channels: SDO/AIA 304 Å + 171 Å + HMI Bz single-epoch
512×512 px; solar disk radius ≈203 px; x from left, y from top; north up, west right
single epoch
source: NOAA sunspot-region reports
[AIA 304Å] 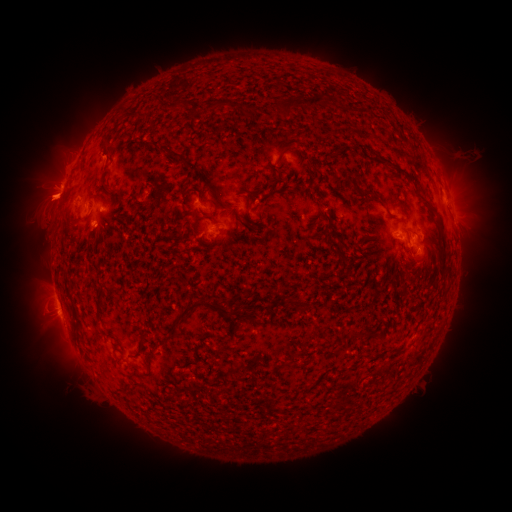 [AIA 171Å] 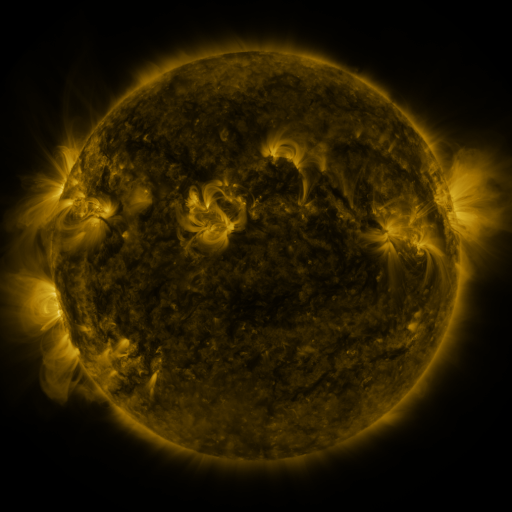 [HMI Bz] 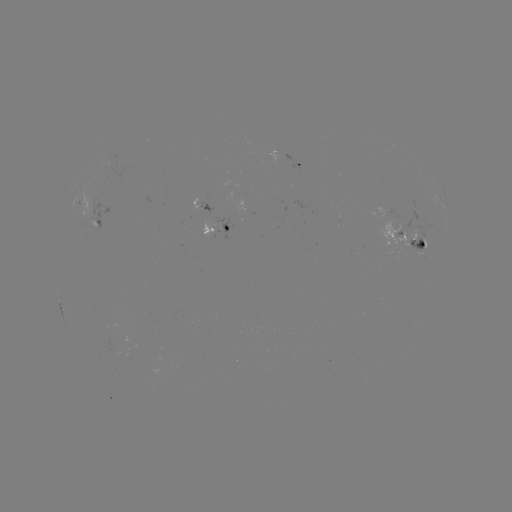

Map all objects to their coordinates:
spotted active region: (295, 164)
spotted active region: (78, 202)
spotted active region: (202, 204)
spotted active region: (93, 215)
spotted active region: (217, 228)
spotted active region: (398, 231)
spotted active region: (413, 241)
